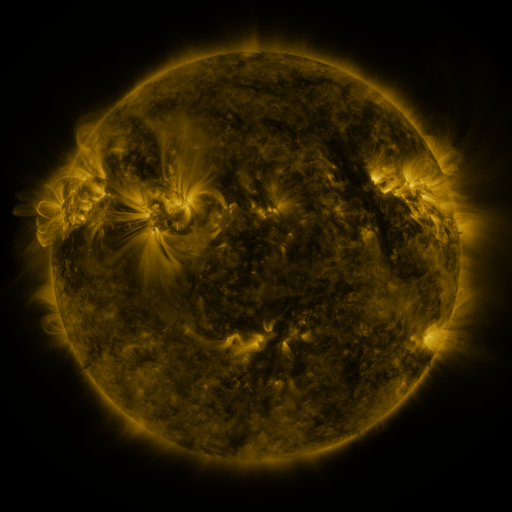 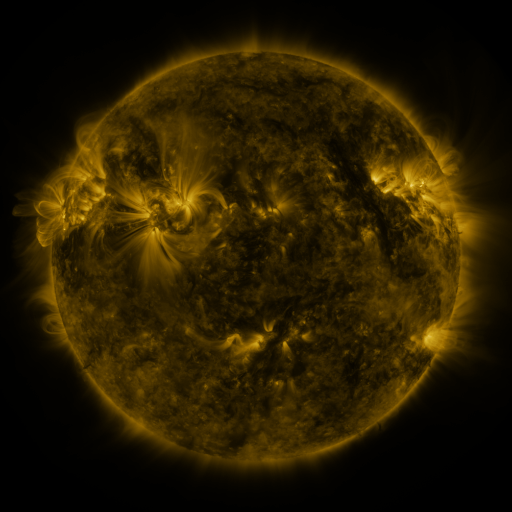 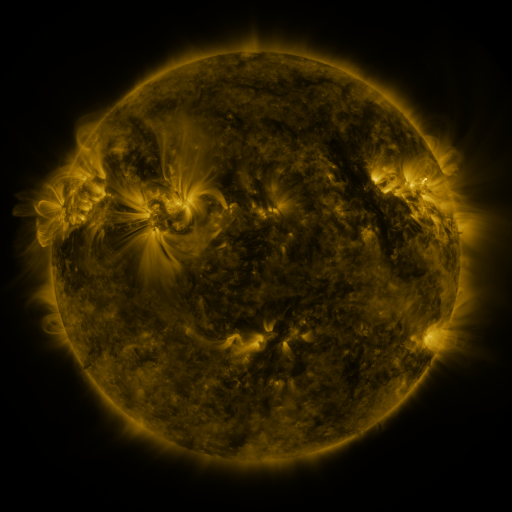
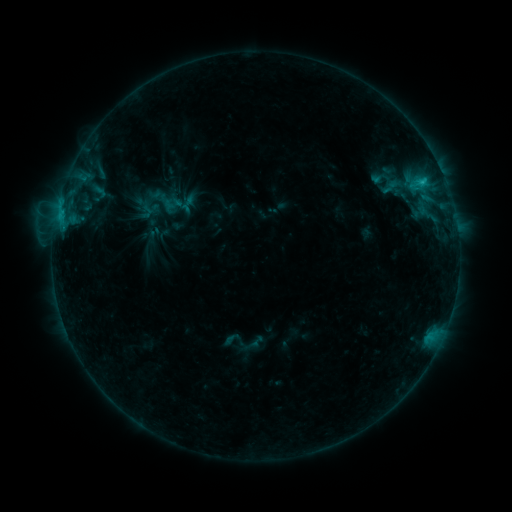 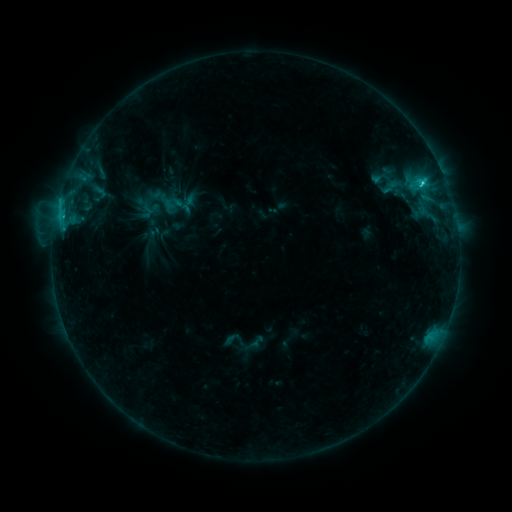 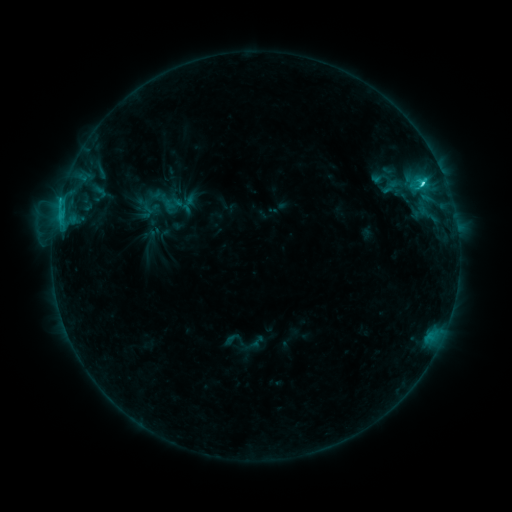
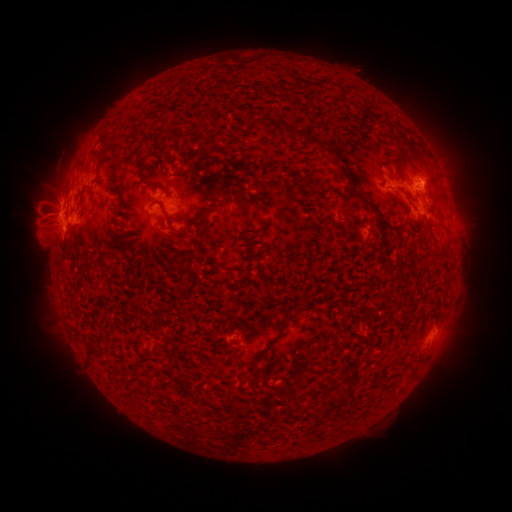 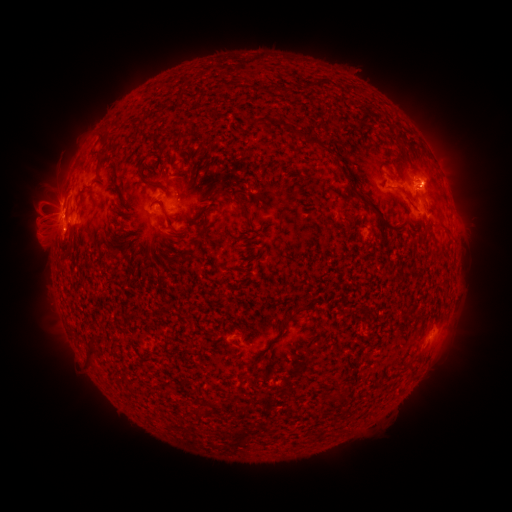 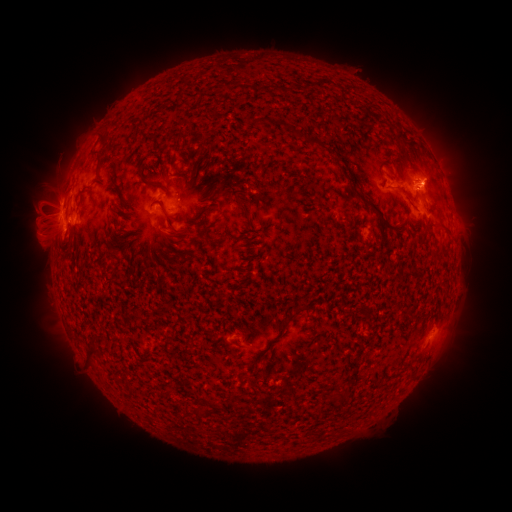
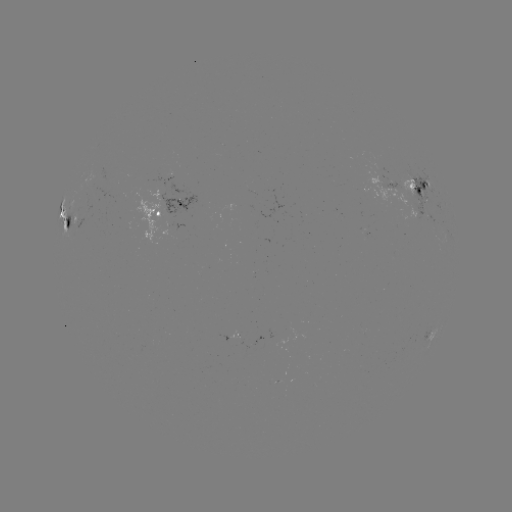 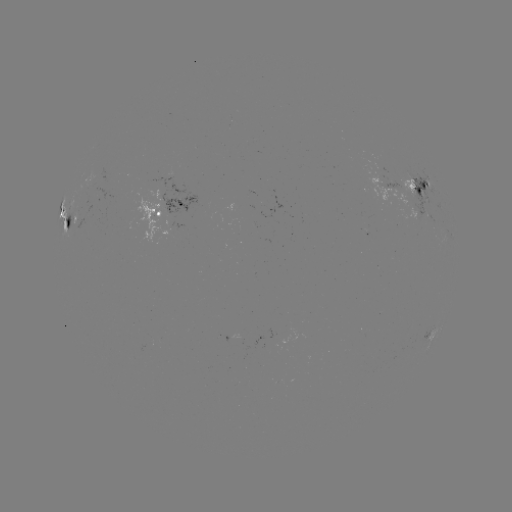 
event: flare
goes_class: C4.1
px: (421, 187)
